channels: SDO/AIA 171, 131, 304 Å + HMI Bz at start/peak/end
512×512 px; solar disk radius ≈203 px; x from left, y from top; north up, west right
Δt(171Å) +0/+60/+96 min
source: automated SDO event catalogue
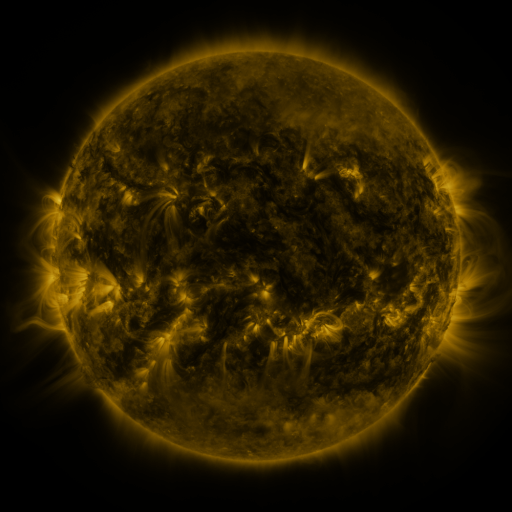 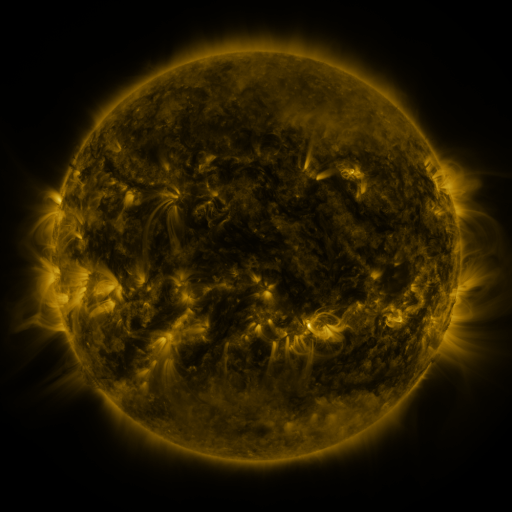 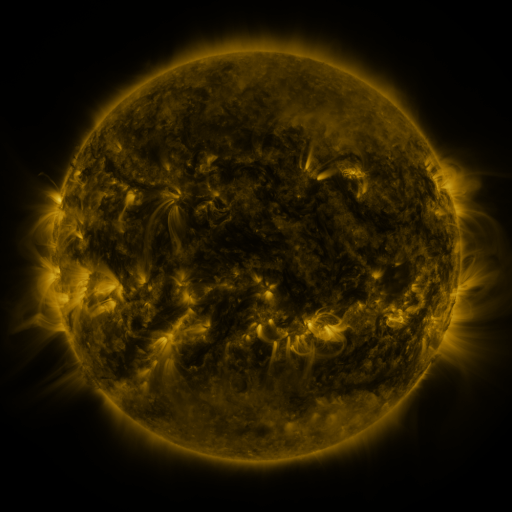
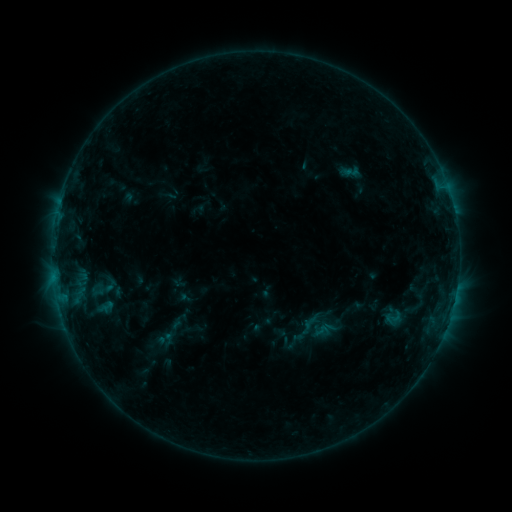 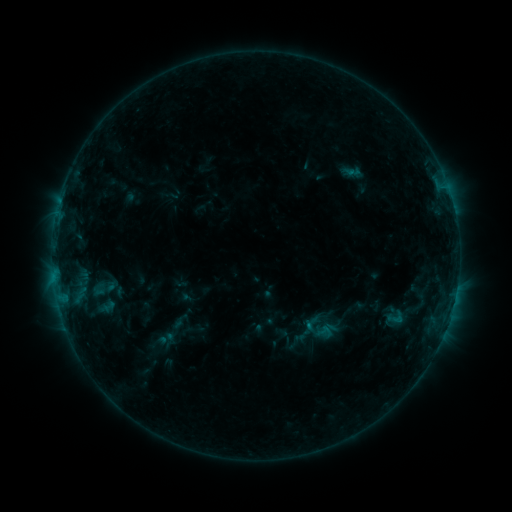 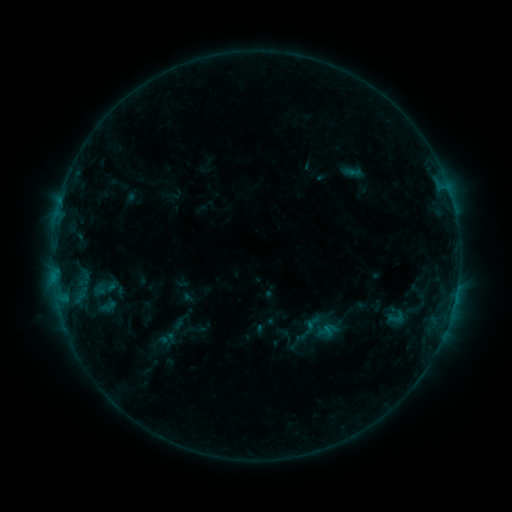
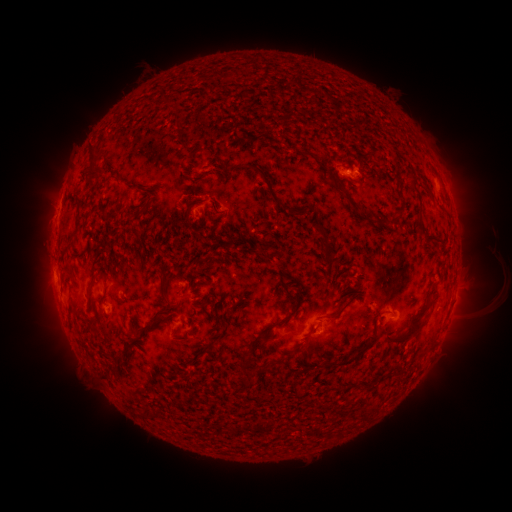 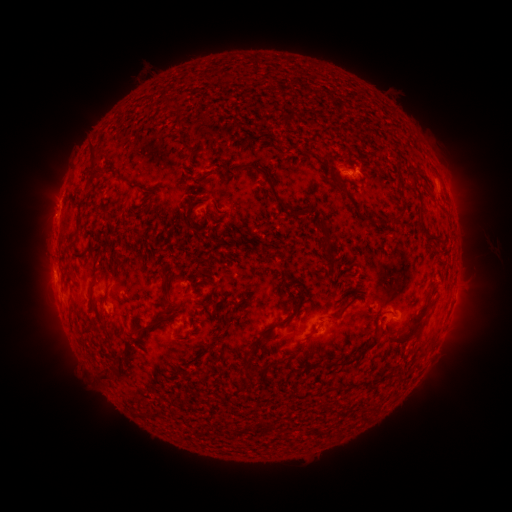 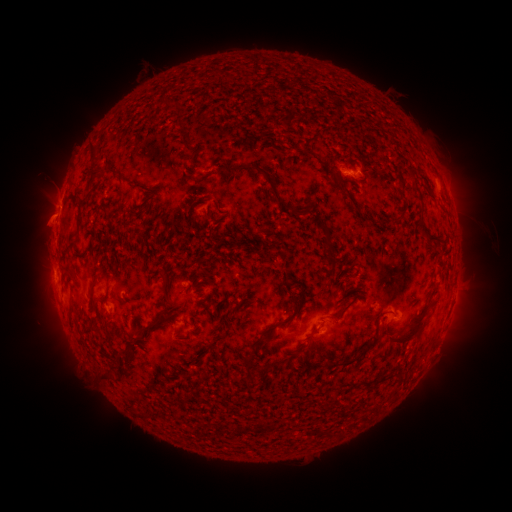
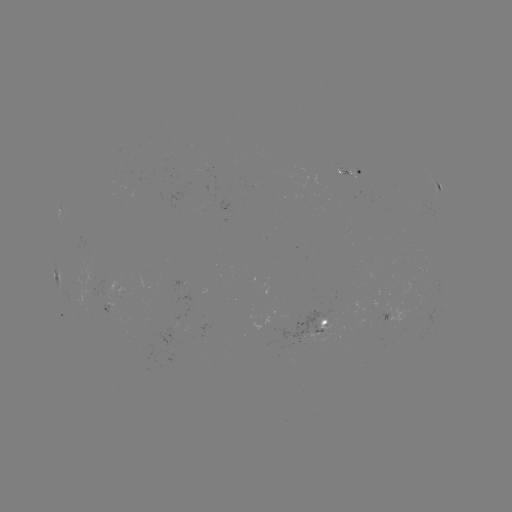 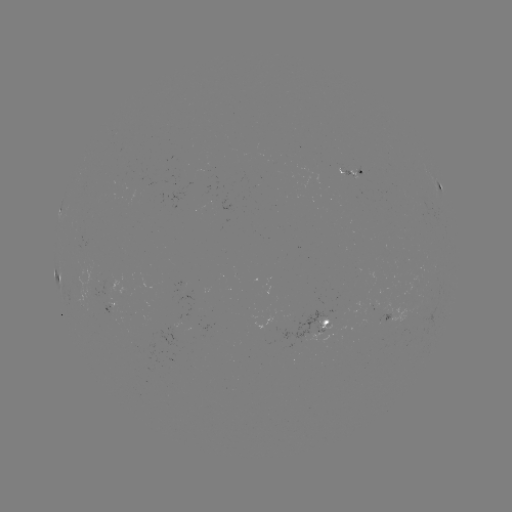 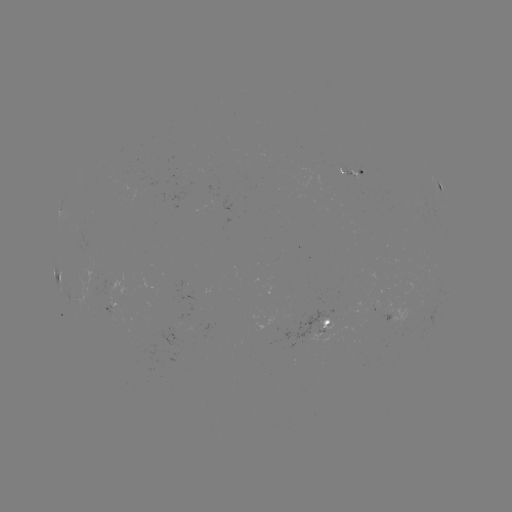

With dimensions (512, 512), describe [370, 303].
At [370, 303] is emerging-flux region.